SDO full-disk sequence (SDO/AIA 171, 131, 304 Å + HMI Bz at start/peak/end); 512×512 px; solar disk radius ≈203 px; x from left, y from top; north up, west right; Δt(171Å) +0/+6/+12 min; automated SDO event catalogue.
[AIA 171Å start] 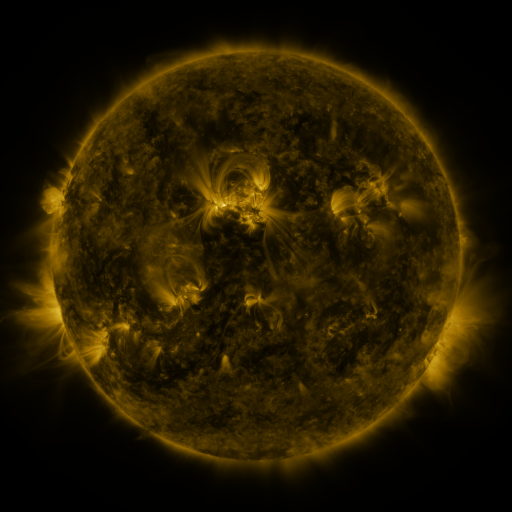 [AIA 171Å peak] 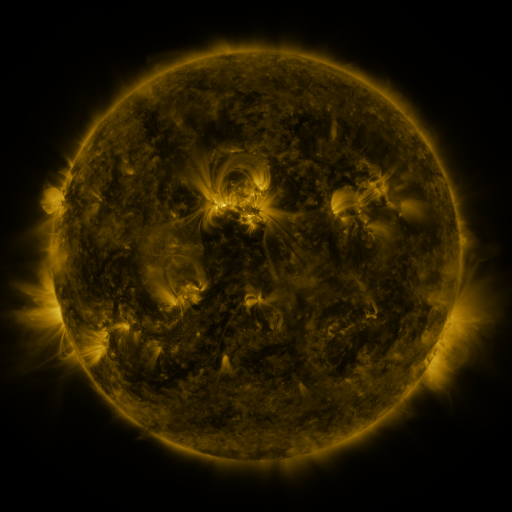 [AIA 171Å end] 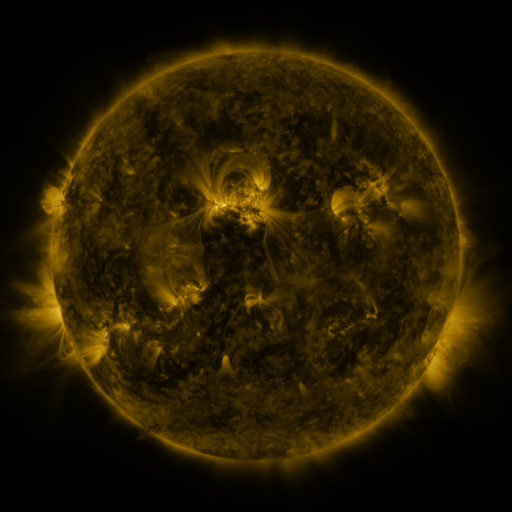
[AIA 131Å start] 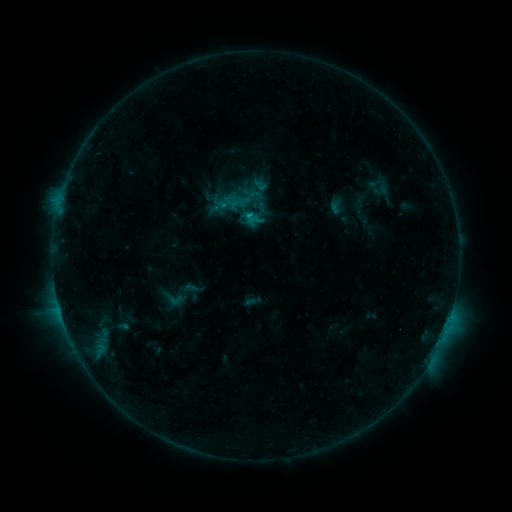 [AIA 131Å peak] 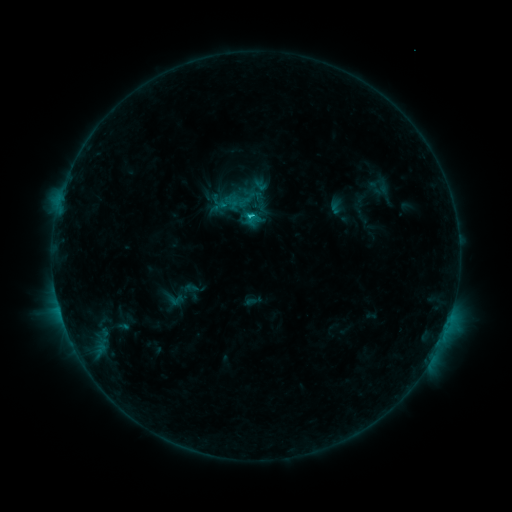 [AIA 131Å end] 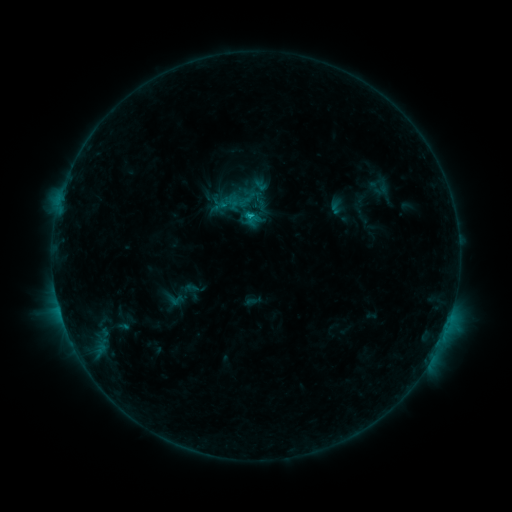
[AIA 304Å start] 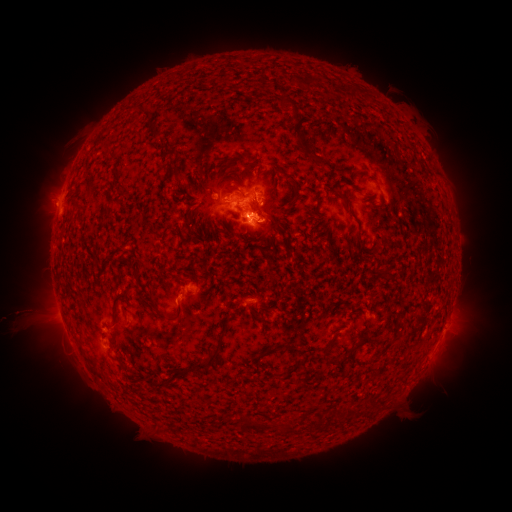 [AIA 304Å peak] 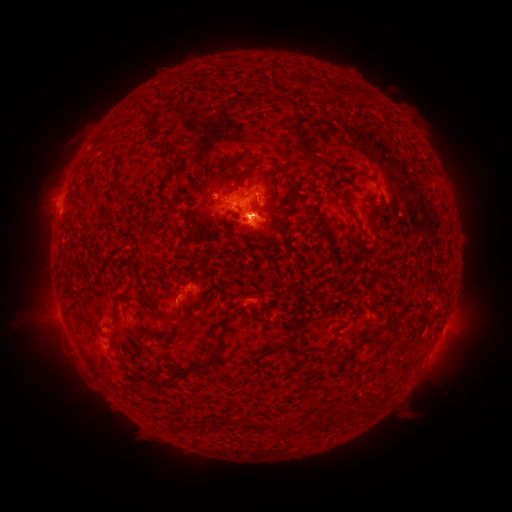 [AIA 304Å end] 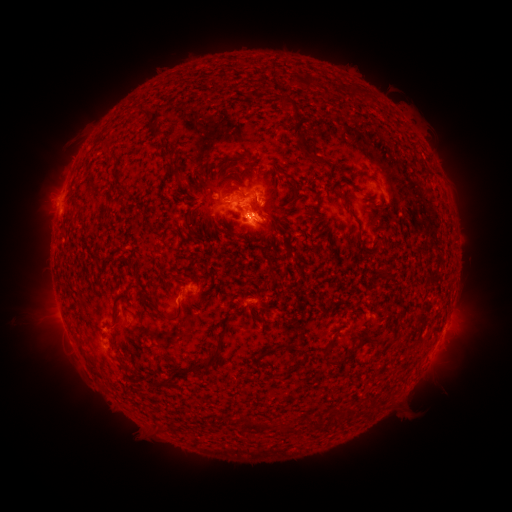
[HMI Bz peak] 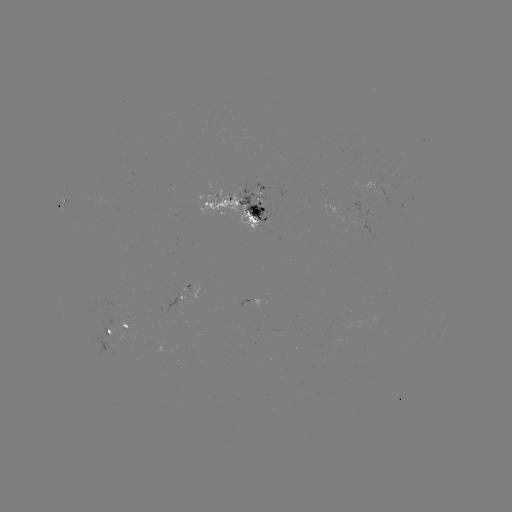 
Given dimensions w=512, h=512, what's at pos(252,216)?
C1.3 flare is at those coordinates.